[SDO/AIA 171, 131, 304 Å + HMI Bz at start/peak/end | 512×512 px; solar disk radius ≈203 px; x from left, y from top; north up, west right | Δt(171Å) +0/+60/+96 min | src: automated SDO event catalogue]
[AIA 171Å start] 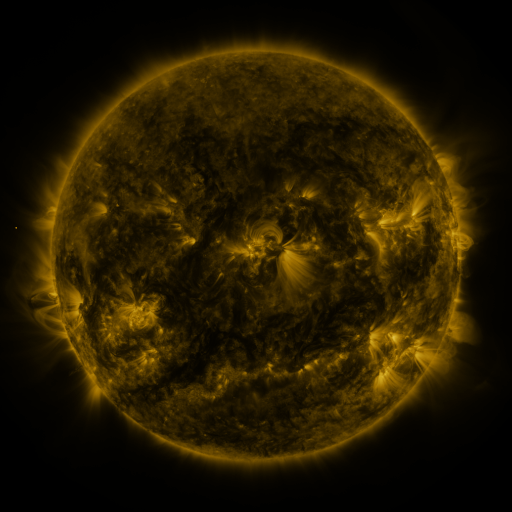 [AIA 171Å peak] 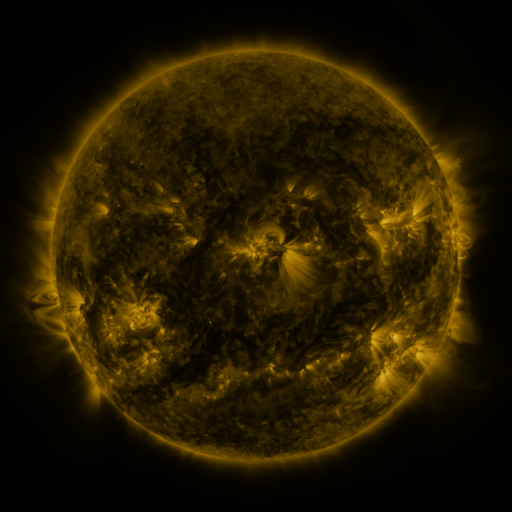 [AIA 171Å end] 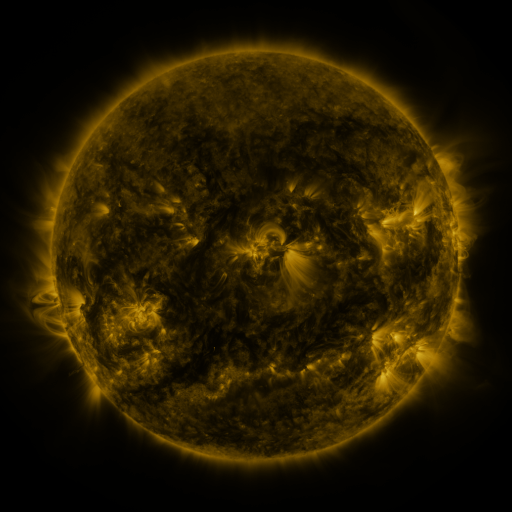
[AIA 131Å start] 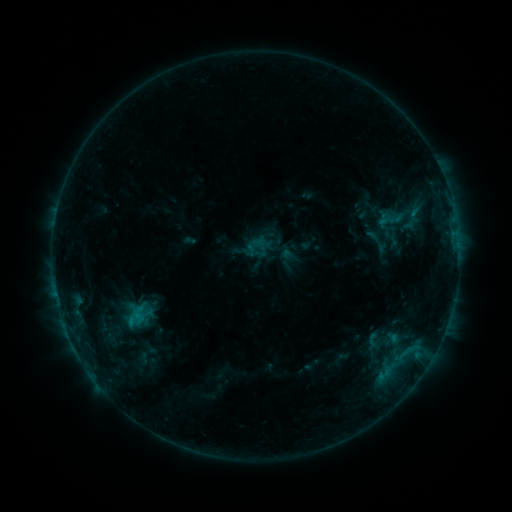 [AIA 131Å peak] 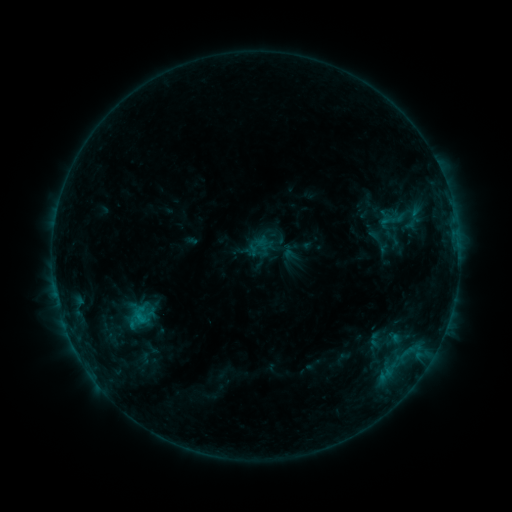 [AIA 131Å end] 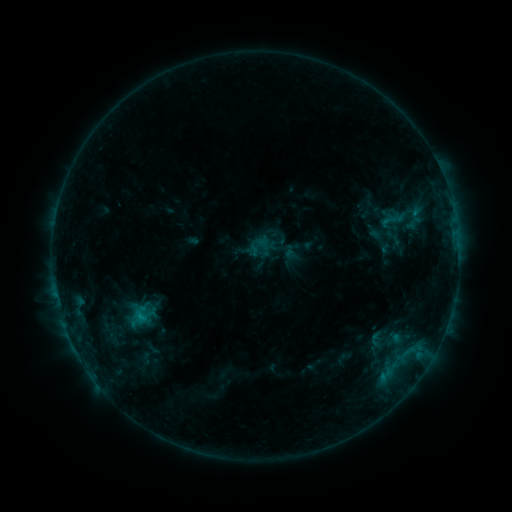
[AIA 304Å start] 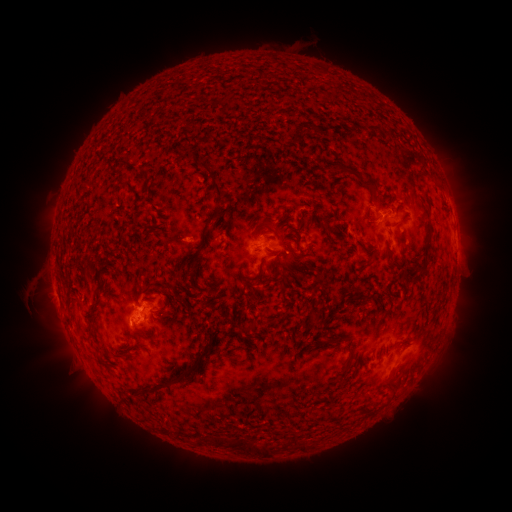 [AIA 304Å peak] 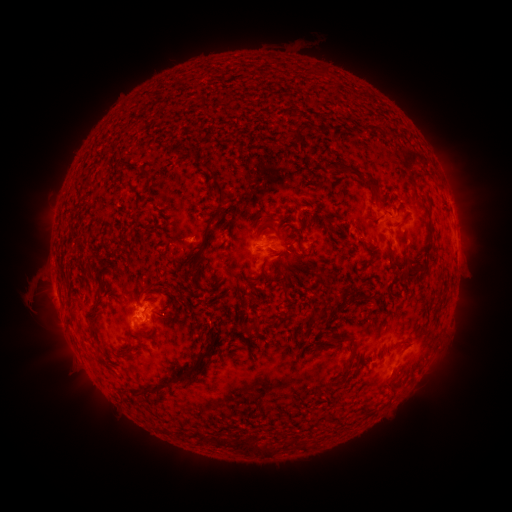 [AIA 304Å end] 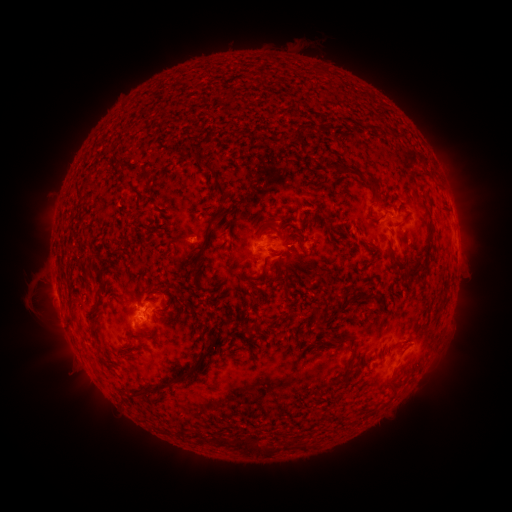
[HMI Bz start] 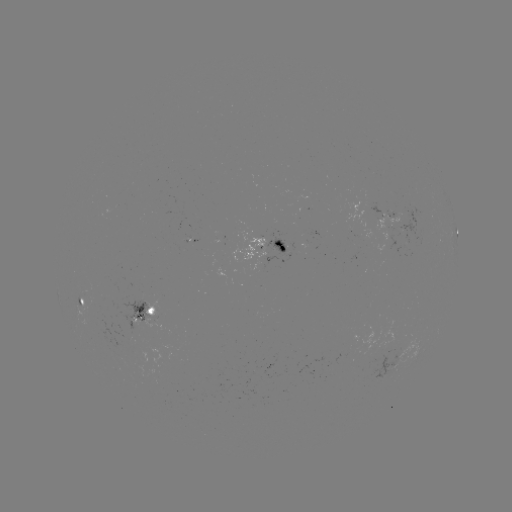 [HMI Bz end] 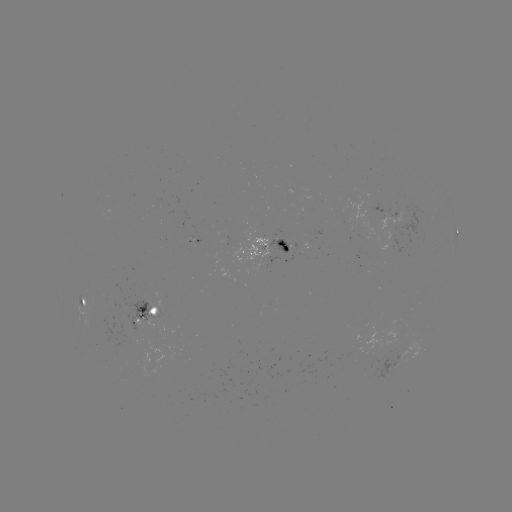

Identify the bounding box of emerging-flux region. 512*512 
[372, 341, 397, 380].